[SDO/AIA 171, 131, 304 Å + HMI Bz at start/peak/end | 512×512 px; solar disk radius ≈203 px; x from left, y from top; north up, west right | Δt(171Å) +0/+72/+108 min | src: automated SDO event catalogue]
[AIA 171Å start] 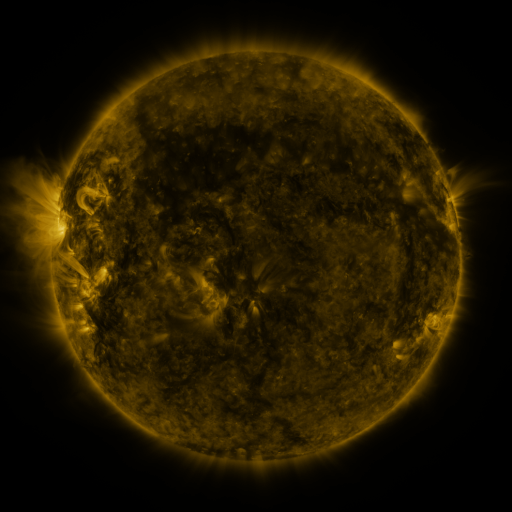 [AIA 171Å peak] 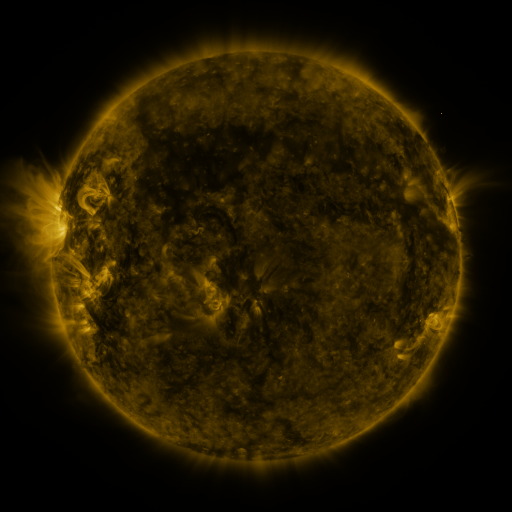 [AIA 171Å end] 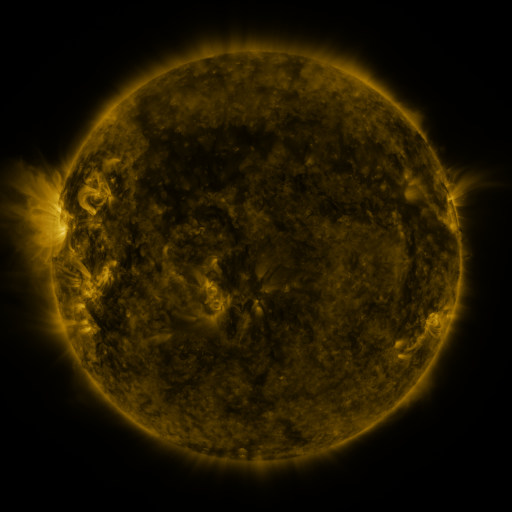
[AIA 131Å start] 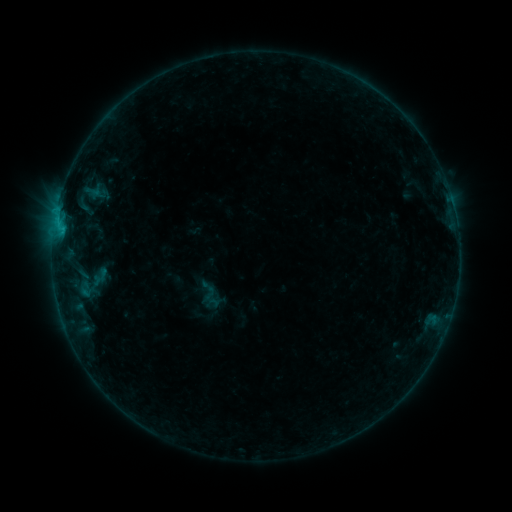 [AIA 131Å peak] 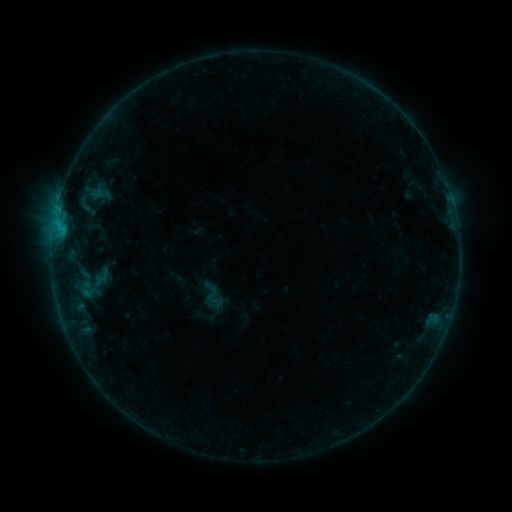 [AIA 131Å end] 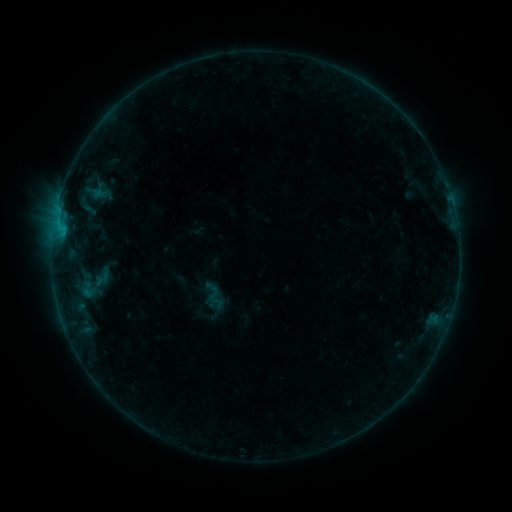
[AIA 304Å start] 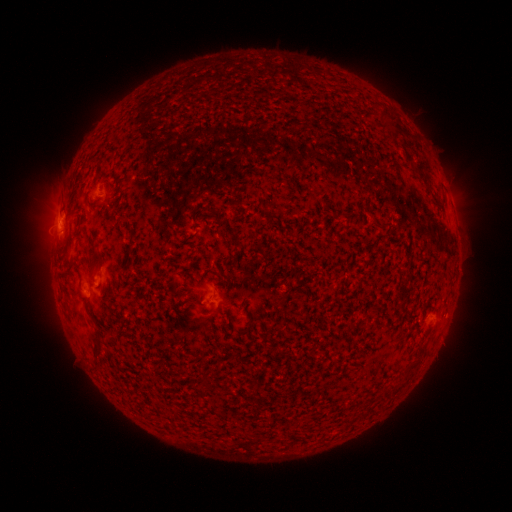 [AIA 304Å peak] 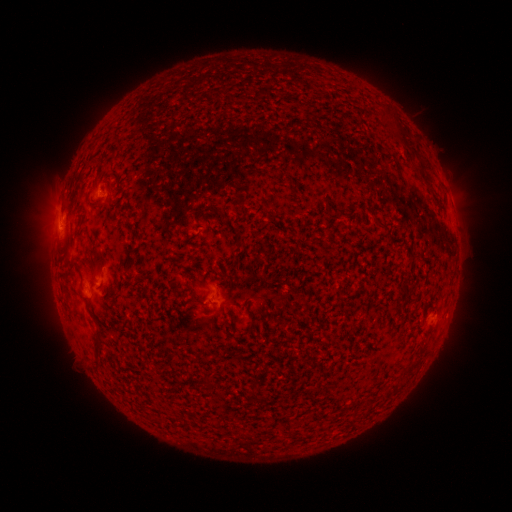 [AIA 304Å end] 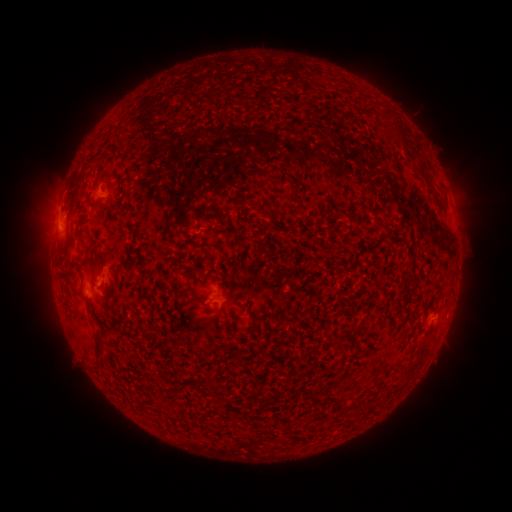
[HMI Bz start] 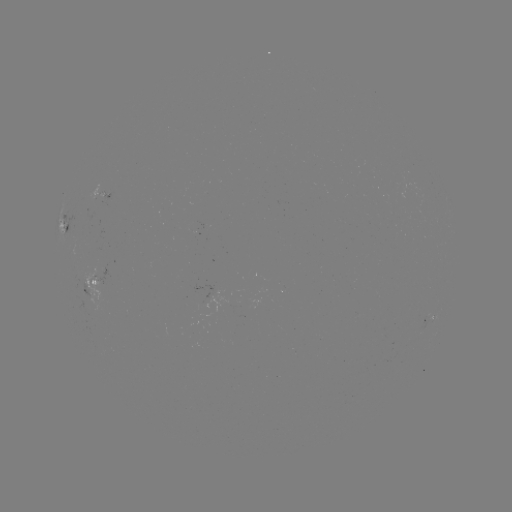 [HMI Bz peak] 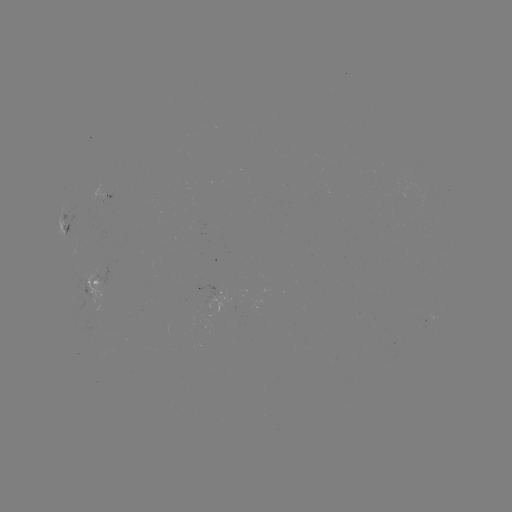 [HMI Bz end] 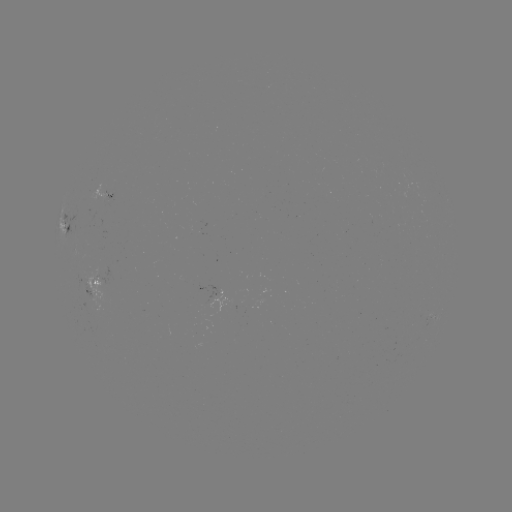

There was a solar emerging-flux region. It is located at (108, 195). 